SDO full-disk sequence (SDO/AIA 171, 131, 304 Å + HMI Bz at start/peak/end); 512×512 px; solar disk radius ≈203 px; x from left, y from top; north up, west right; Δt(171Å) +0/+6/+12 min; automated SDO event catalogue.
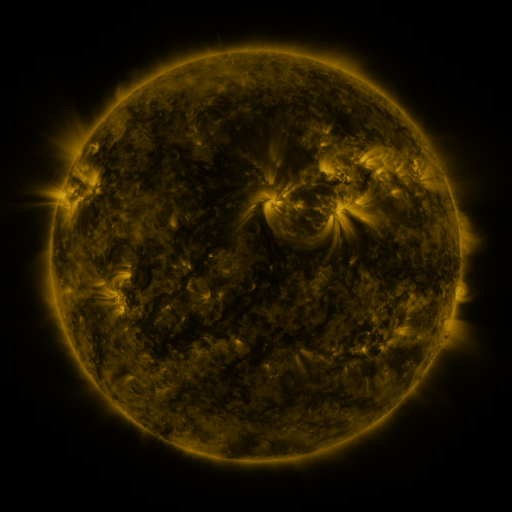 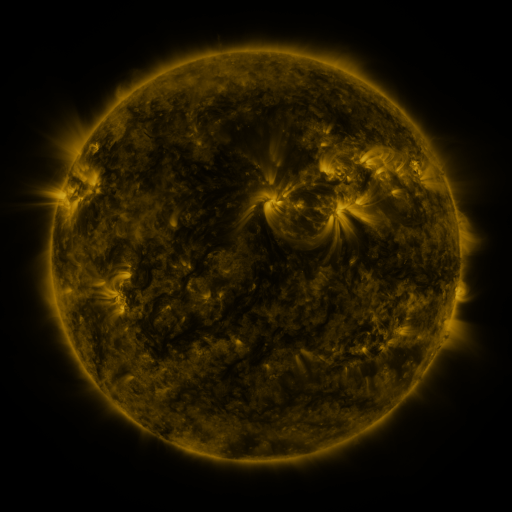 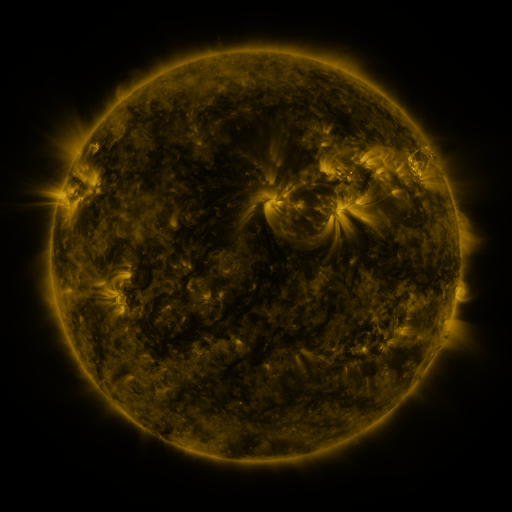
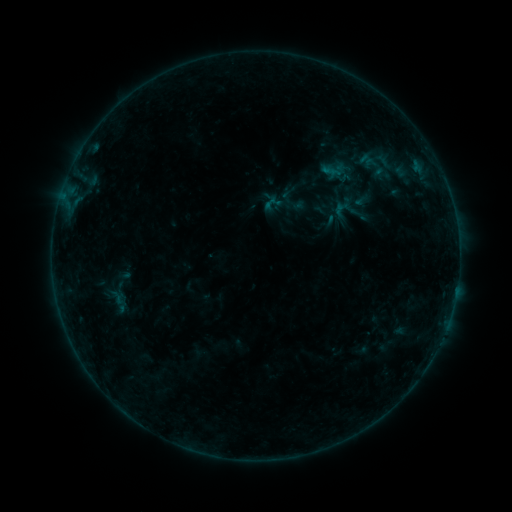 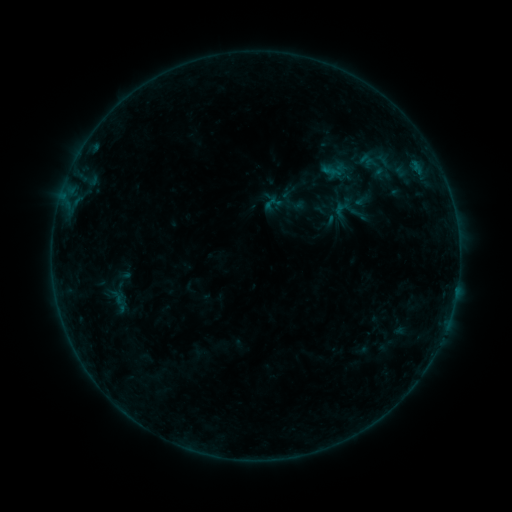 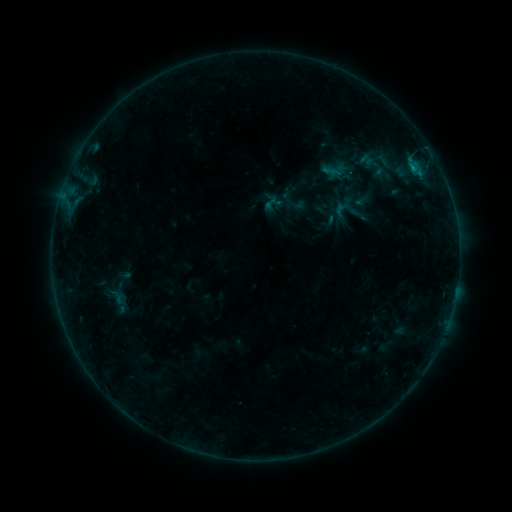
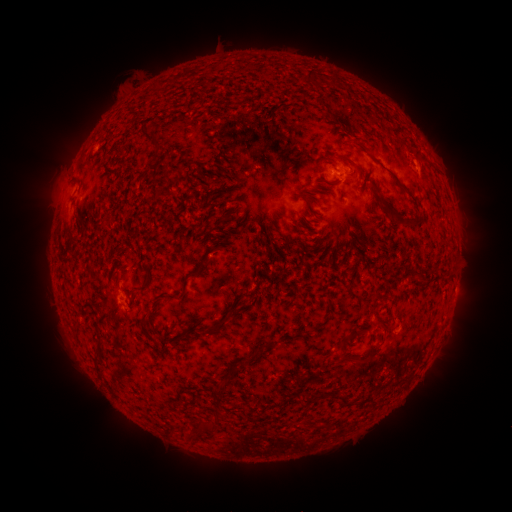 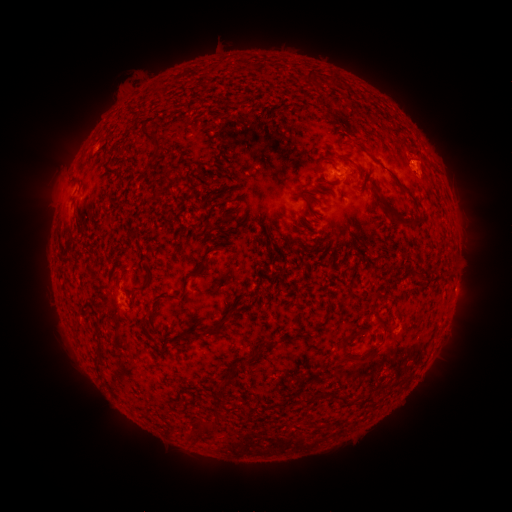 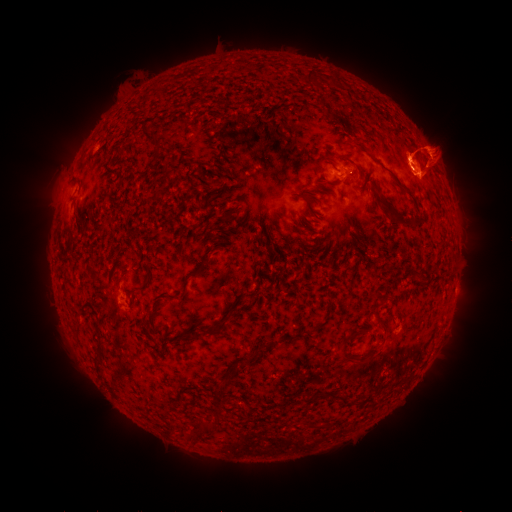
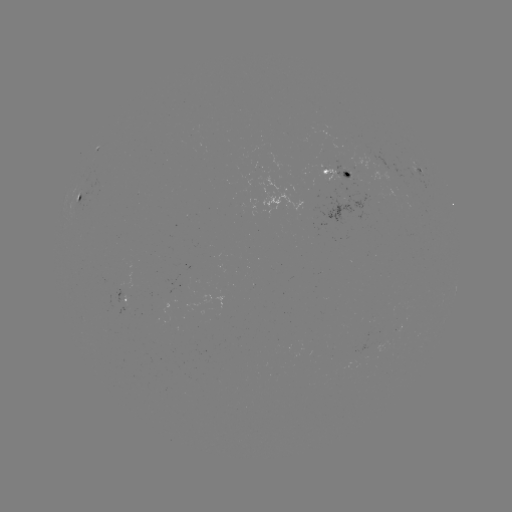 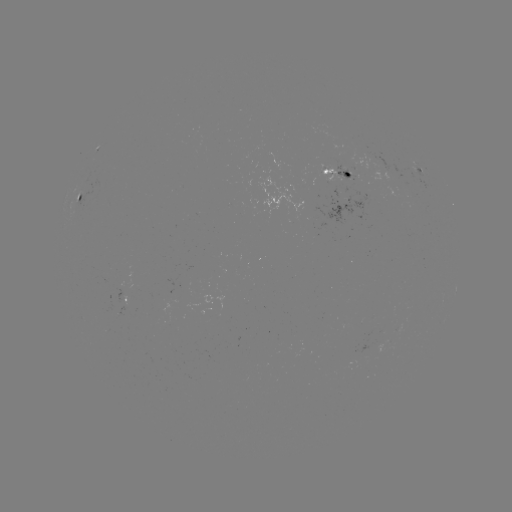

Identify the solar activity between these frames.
eruption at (425, 164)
